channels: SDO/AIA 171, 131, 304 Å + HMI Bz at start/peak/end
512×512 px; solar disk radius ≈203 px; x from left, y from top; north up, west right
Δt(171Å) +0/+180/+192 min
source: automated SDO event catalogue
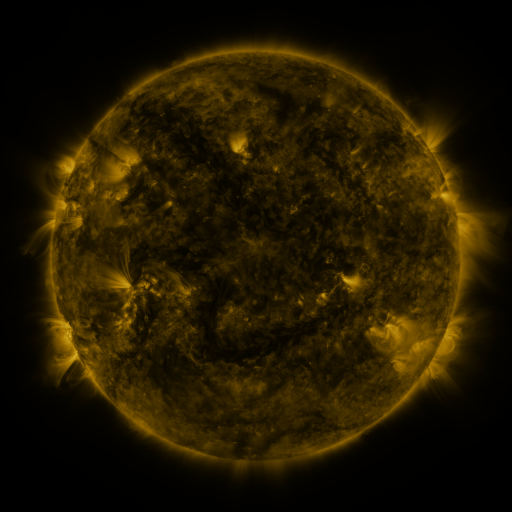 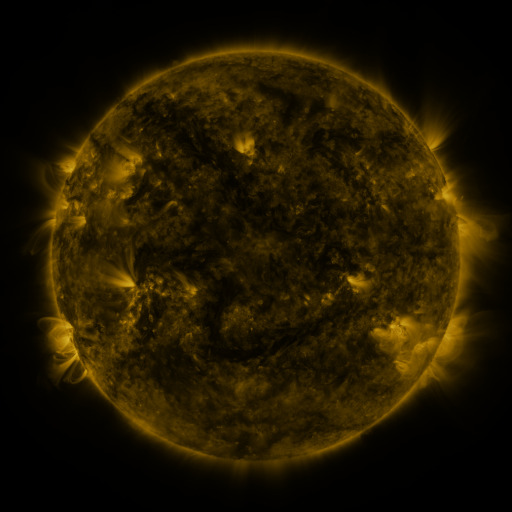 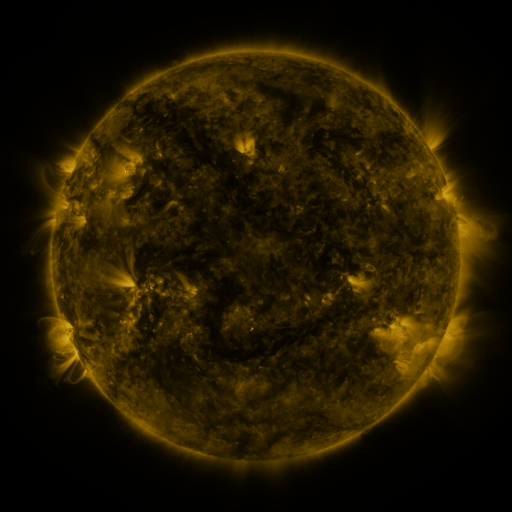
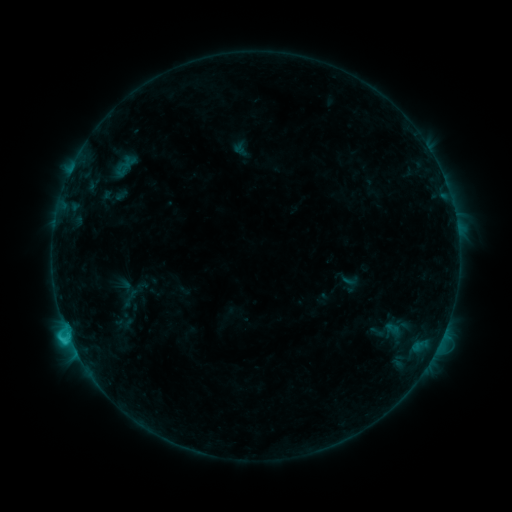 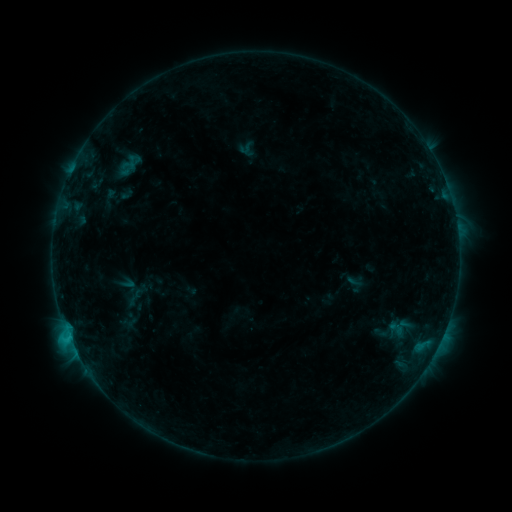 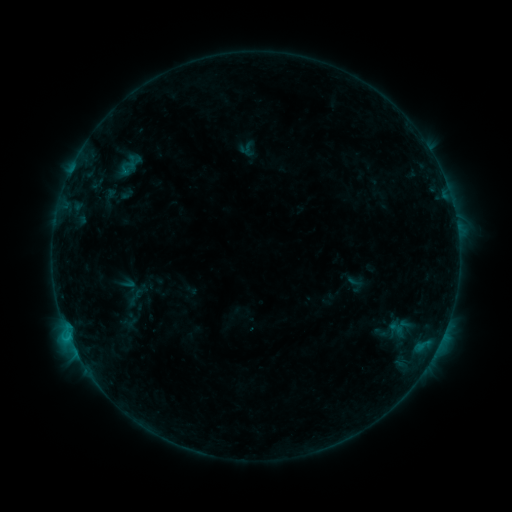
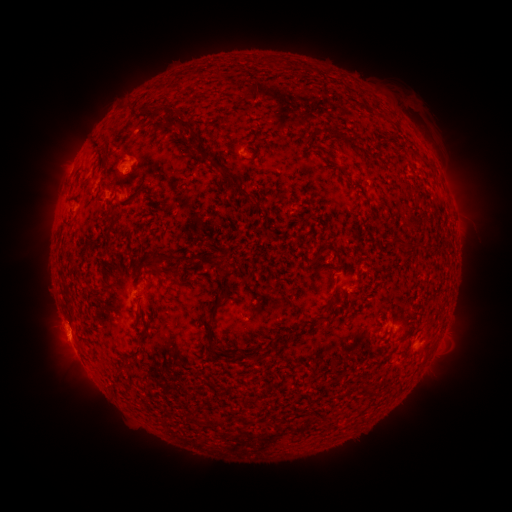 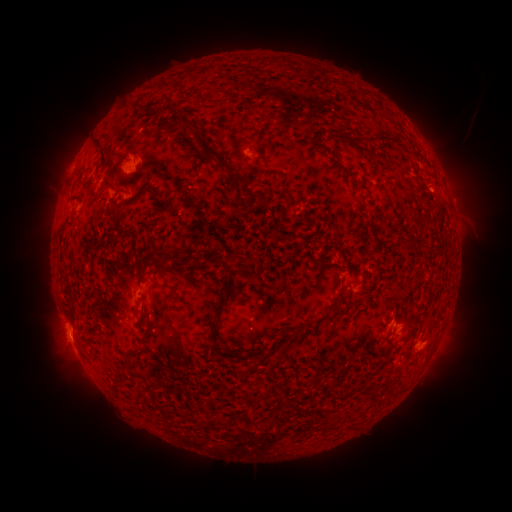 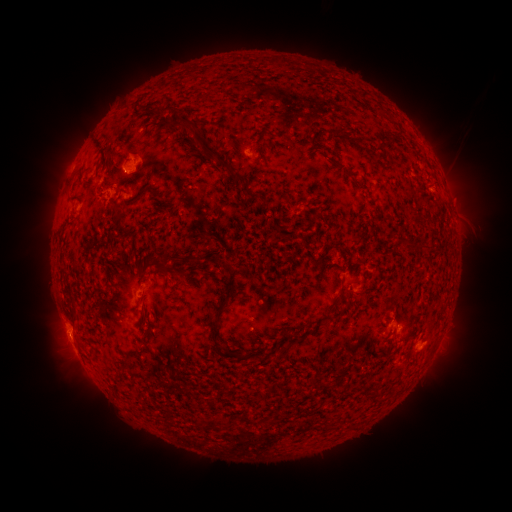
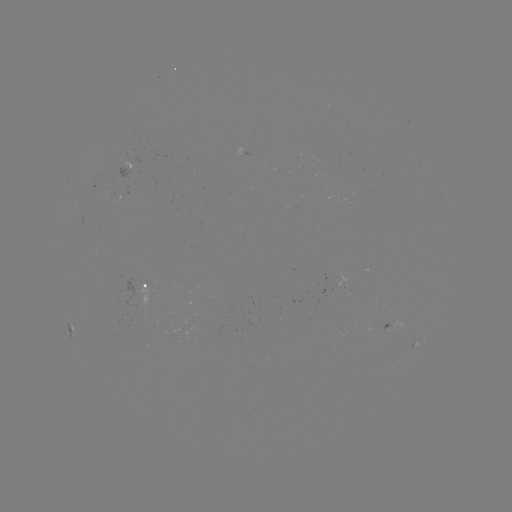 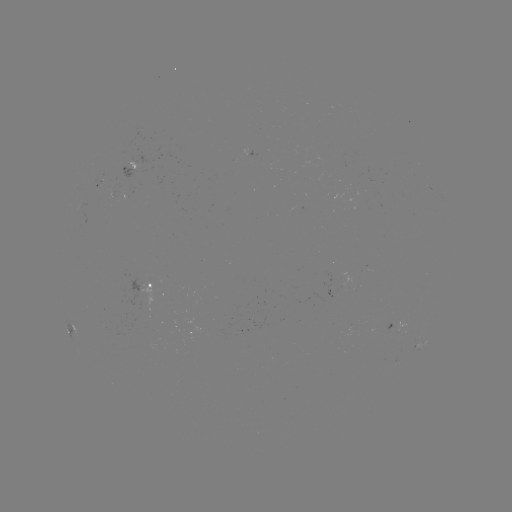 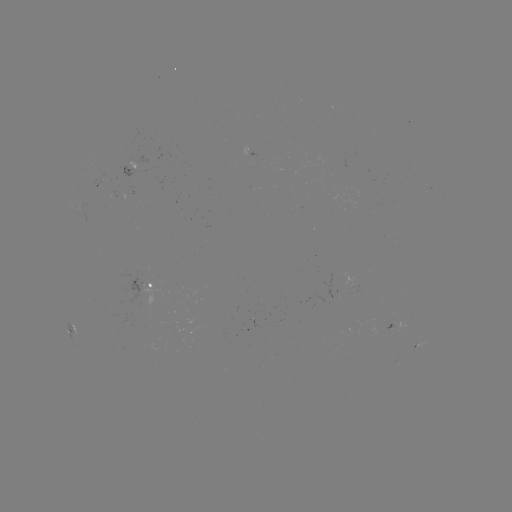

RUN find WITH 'emerging-flux region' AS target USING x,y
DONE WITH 128,163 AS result